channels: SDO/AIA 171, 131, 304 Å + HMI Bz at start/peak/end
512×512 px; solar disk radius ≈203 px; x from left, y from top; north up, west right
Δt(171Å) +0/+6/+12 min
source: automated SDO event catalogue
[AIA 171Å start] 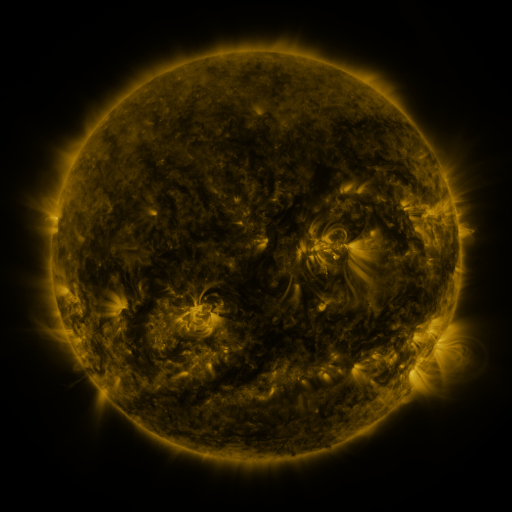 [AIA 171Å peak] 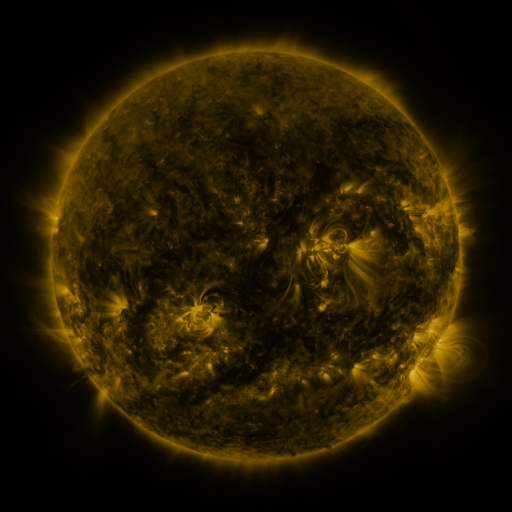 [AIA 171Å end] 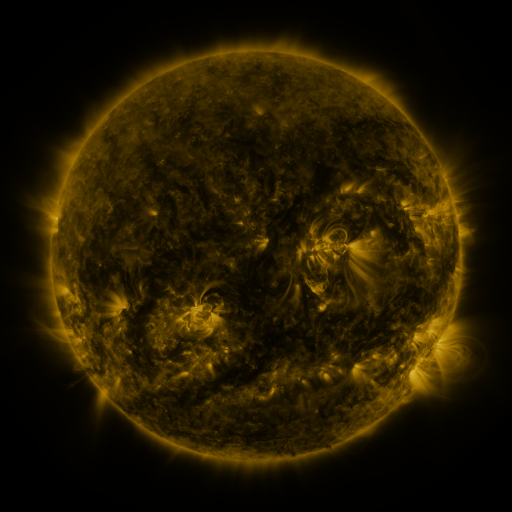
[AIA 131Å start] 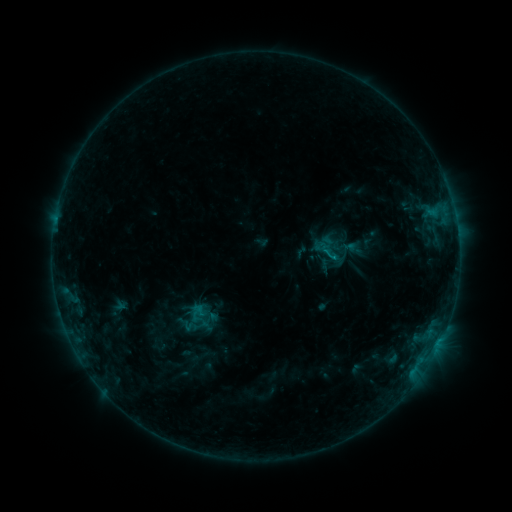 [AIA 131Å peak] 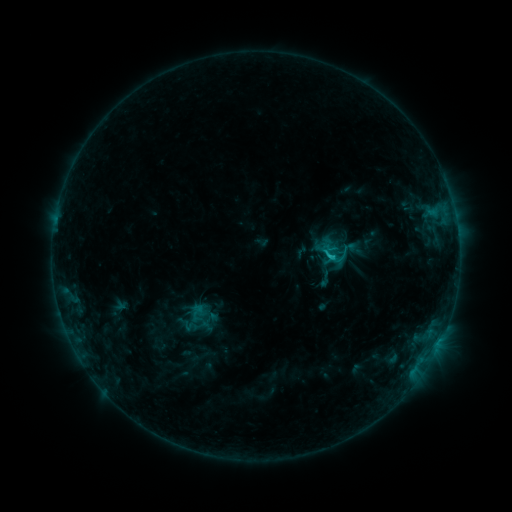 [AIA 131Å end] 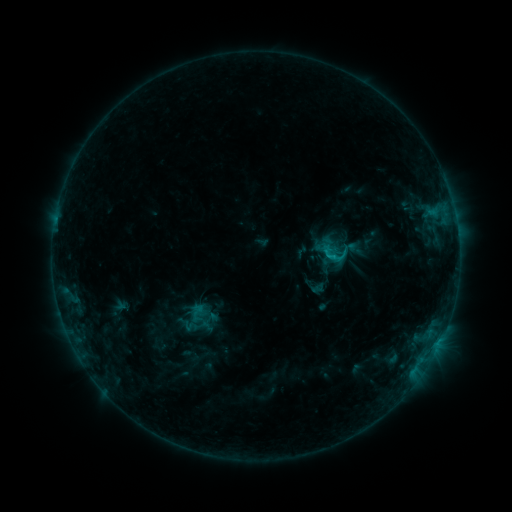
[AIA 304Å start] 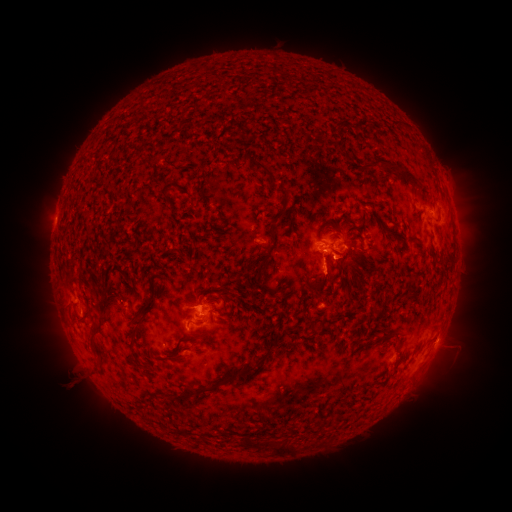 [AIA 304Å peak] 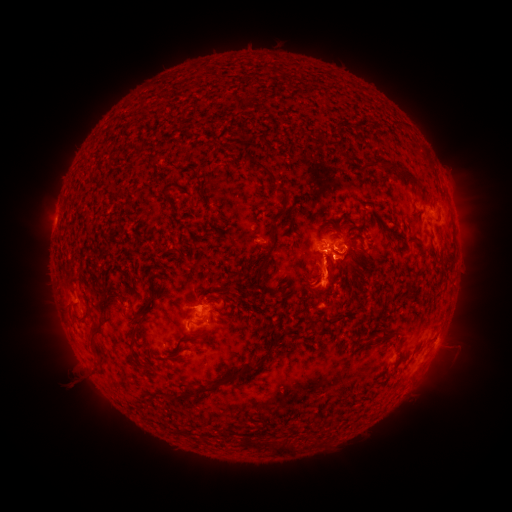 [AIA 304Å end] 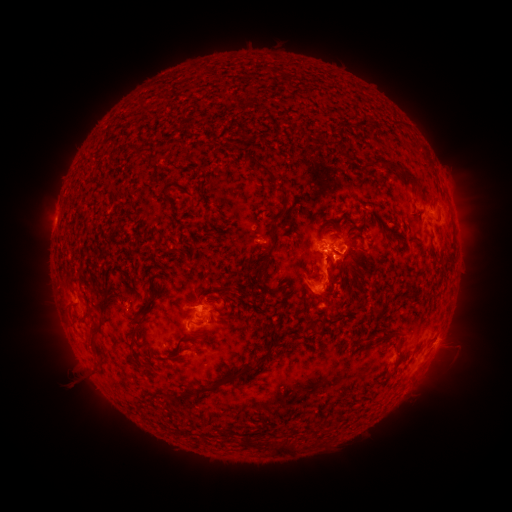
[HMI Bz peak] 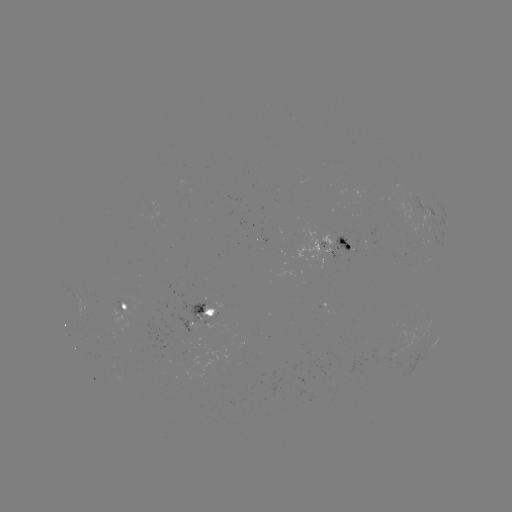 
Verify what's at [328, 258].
C1.3 flare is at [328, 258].